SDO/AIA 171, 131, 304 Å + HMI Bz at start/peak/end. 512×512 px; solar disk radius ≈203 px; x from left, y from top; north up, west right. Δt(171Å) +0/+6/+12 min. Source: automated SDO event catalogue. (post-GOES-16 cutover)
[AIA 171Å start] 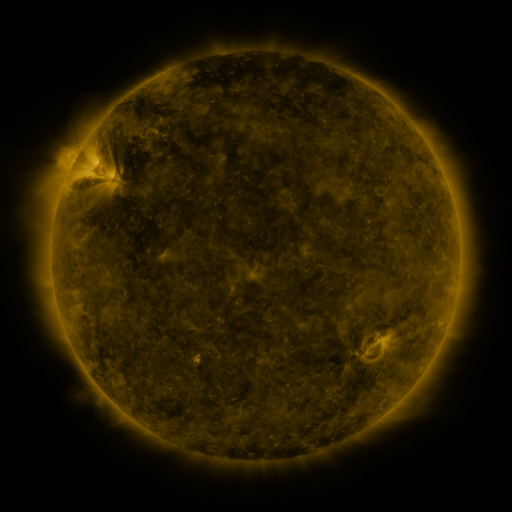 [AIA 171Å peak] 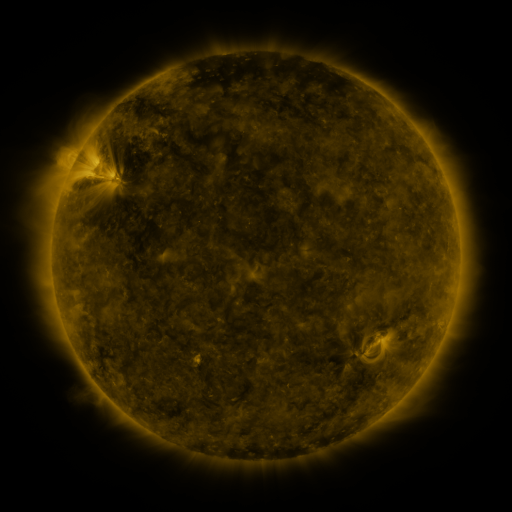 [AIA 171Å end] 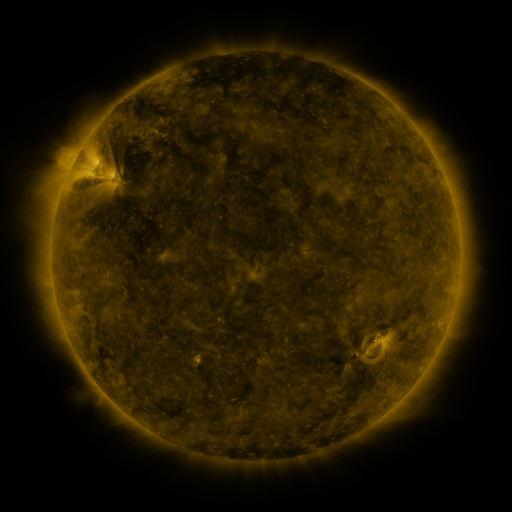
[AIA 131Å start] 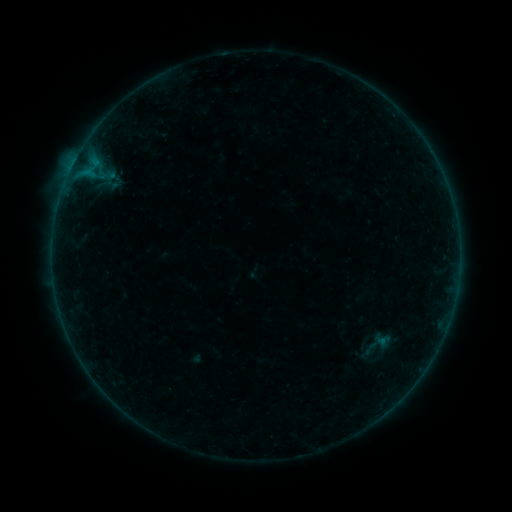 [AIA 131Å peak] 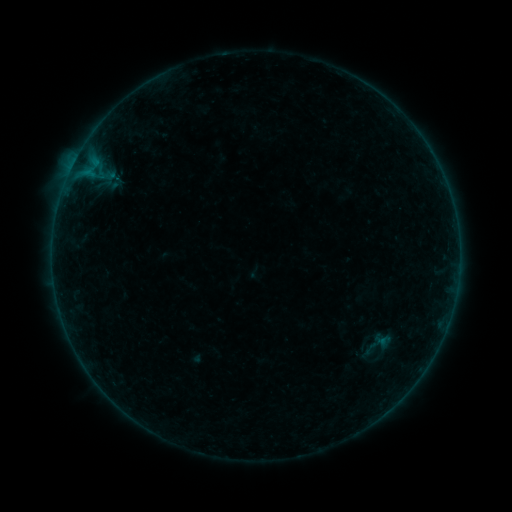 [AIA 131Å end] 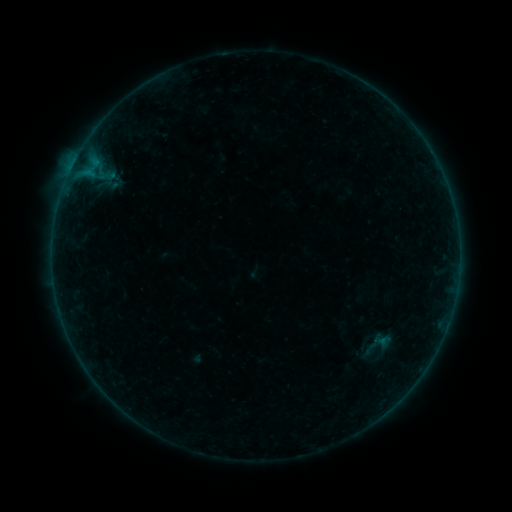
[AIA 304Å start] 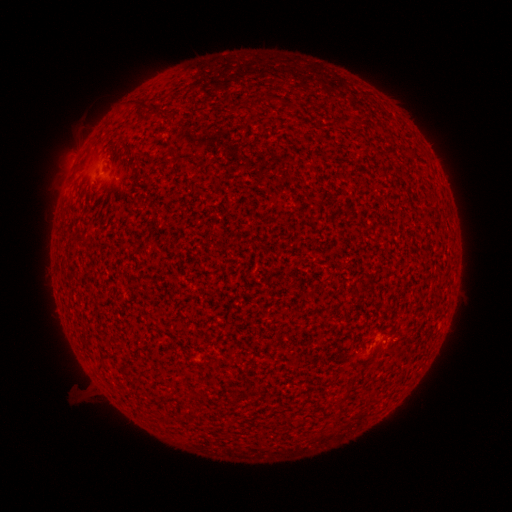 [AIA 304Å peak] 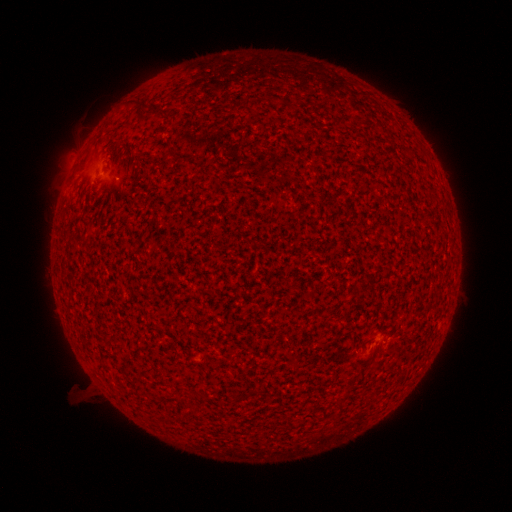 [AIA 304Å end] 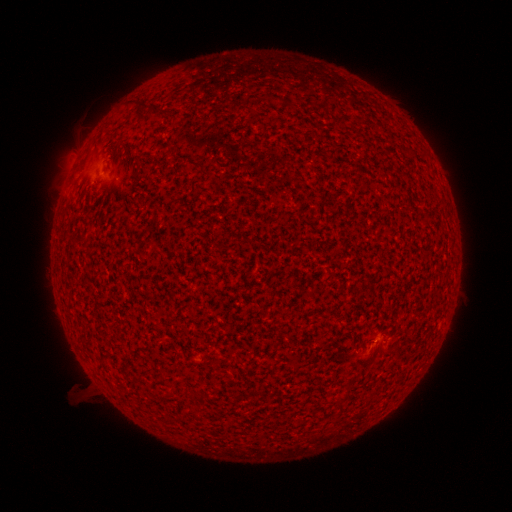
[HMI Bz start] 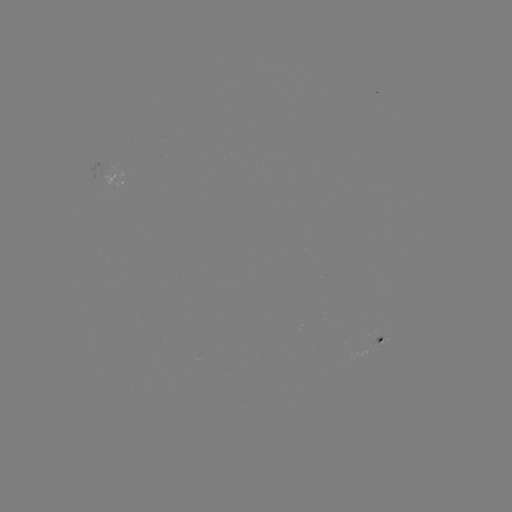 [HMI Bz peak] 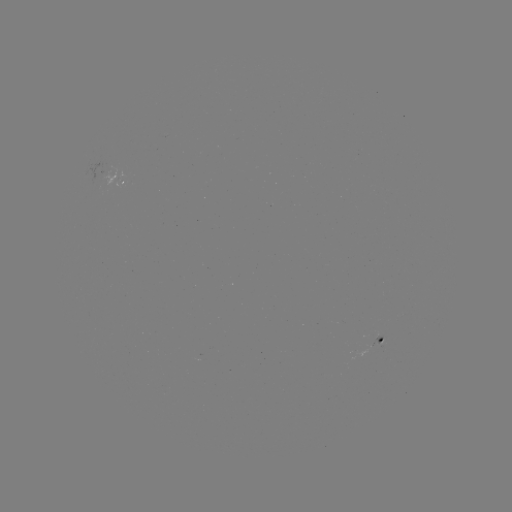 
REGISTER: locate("A4.5 flare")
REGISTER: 389,339